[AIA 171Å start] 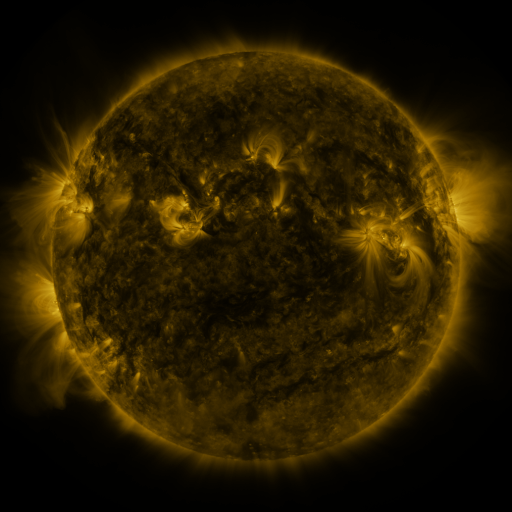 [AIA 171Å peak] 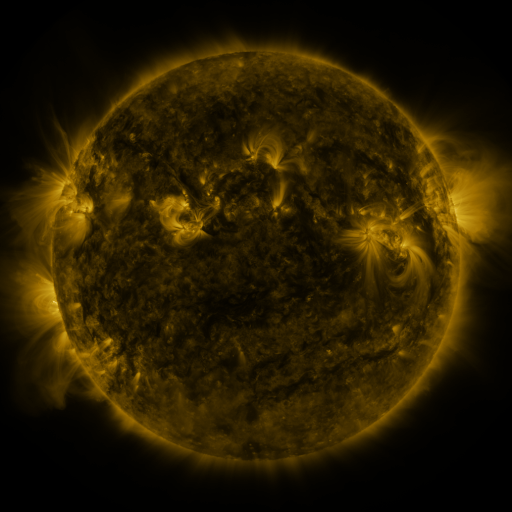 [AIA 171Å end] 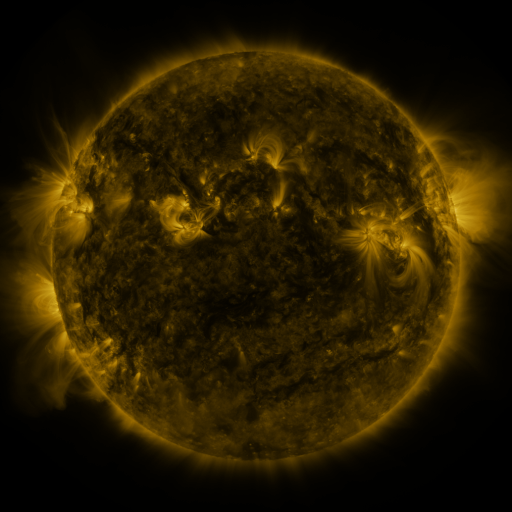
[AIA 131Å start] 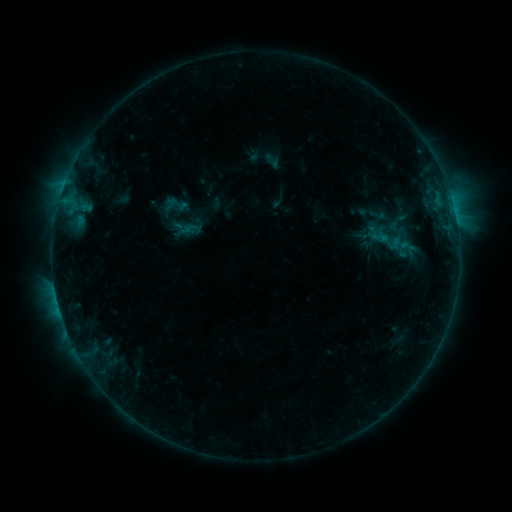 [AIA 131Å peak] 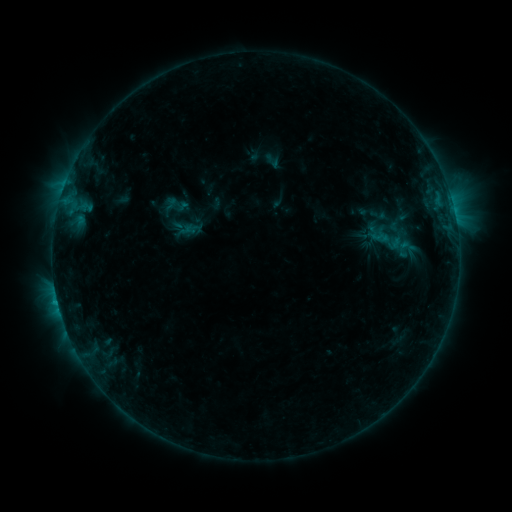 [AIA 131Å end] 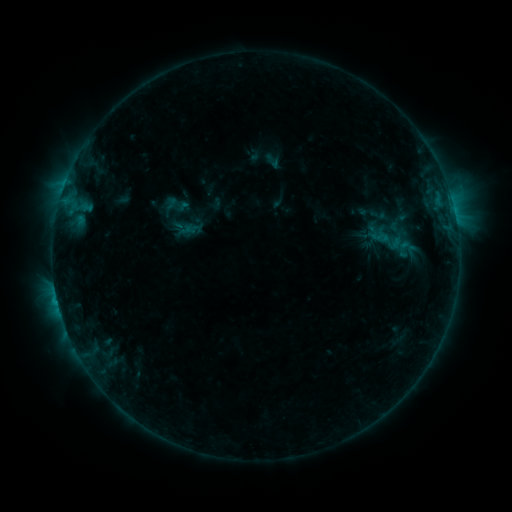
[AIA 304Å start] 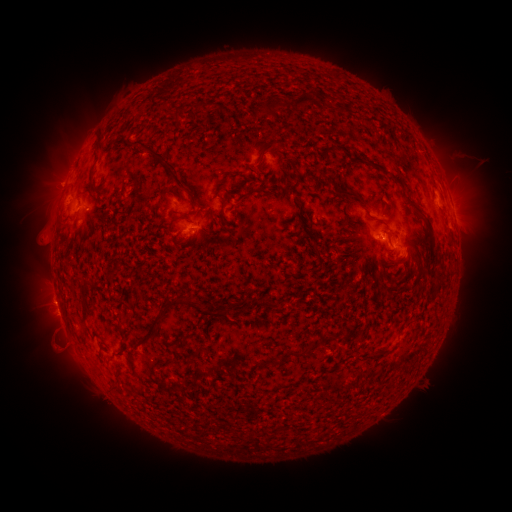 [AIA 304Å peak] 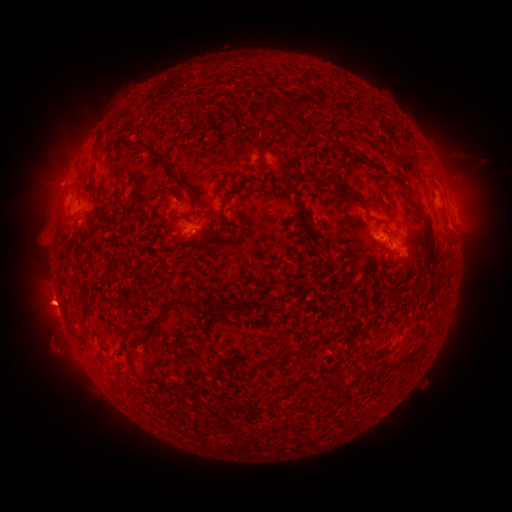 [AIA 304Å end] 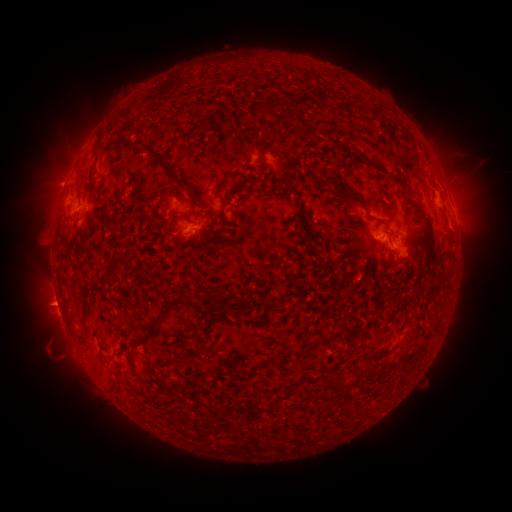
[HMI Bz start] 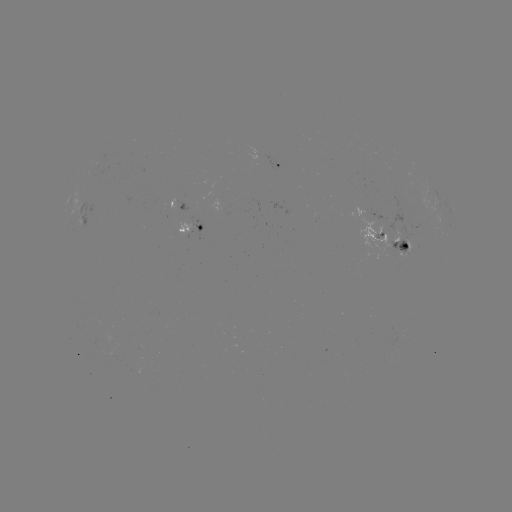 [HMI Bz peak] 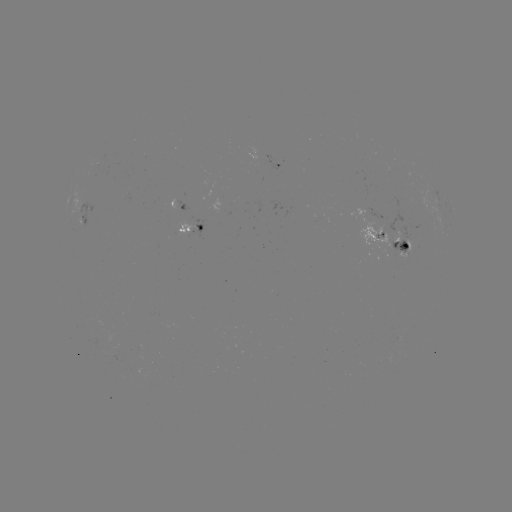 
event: eruption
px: (48, 328)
